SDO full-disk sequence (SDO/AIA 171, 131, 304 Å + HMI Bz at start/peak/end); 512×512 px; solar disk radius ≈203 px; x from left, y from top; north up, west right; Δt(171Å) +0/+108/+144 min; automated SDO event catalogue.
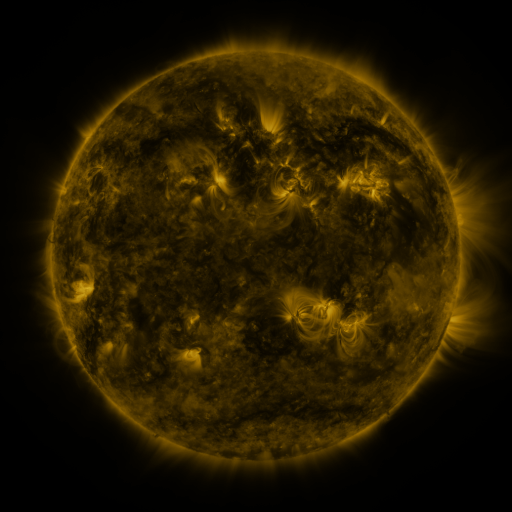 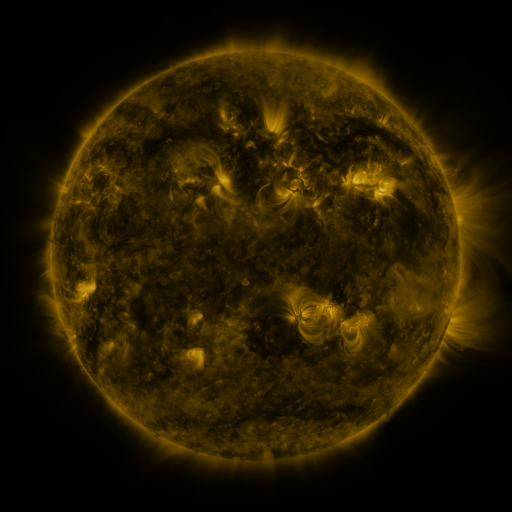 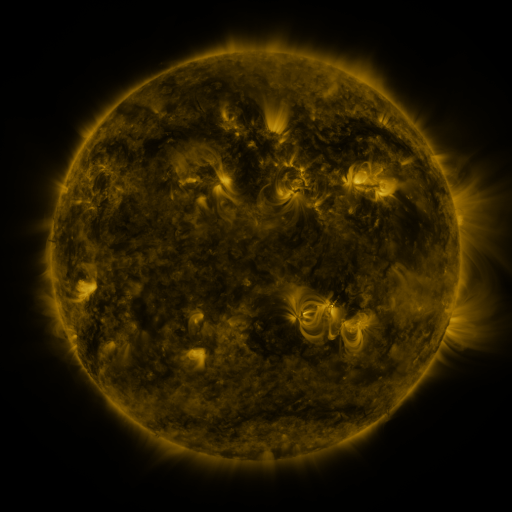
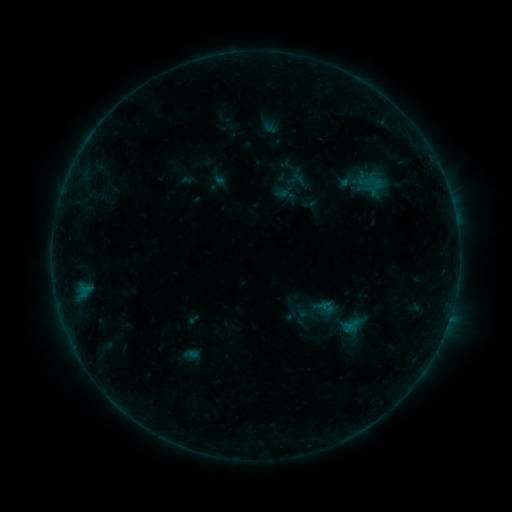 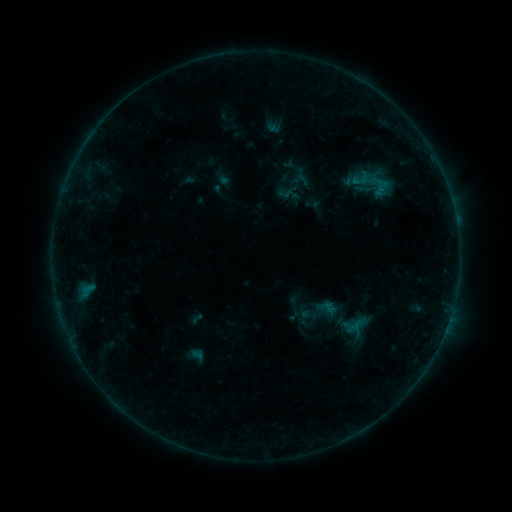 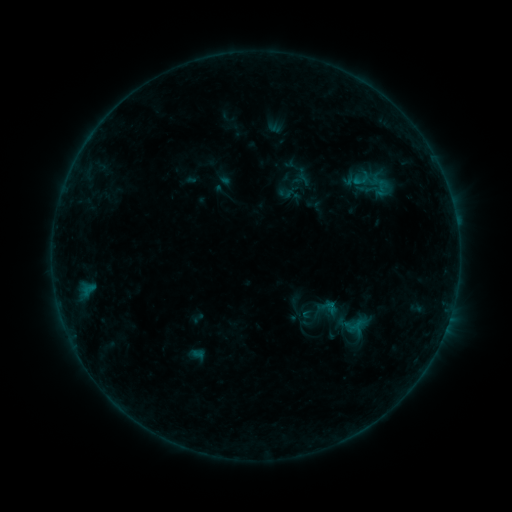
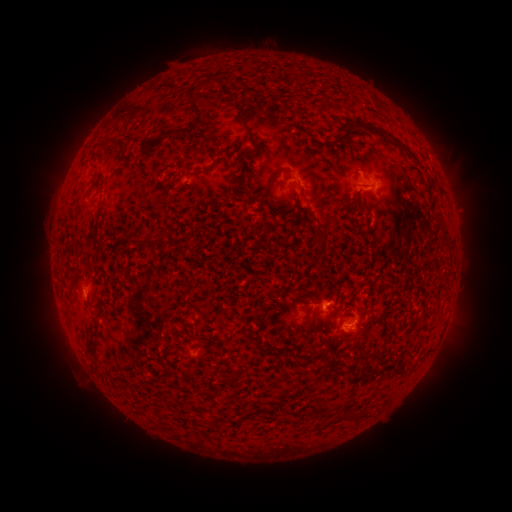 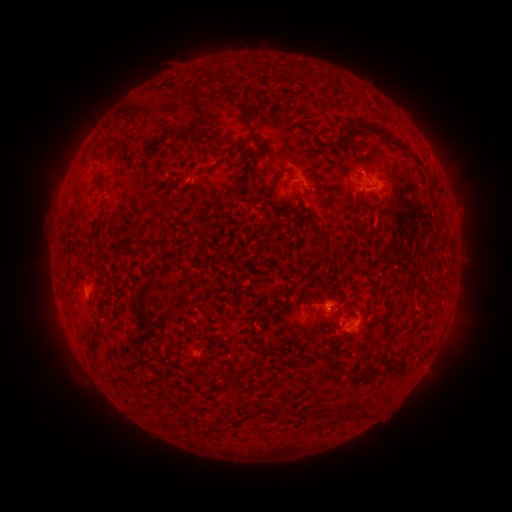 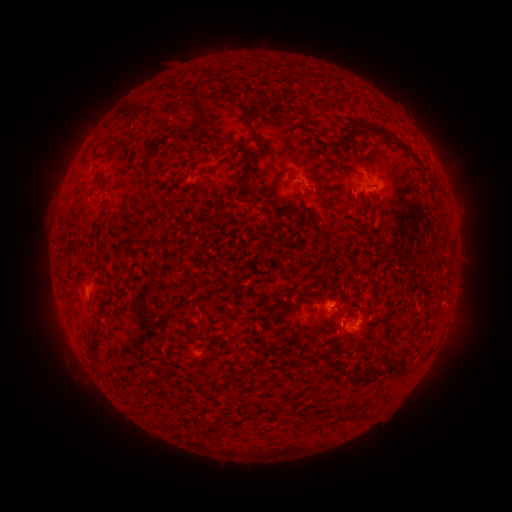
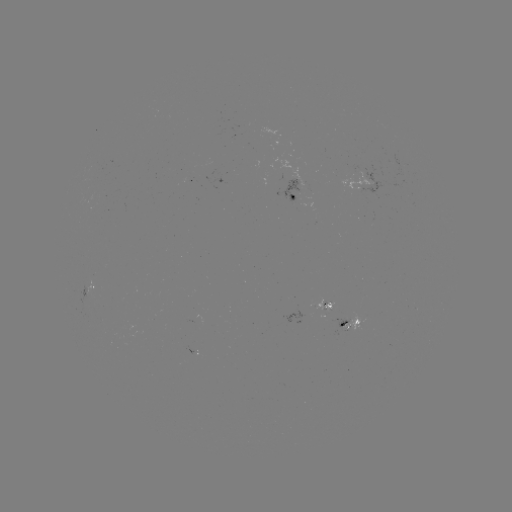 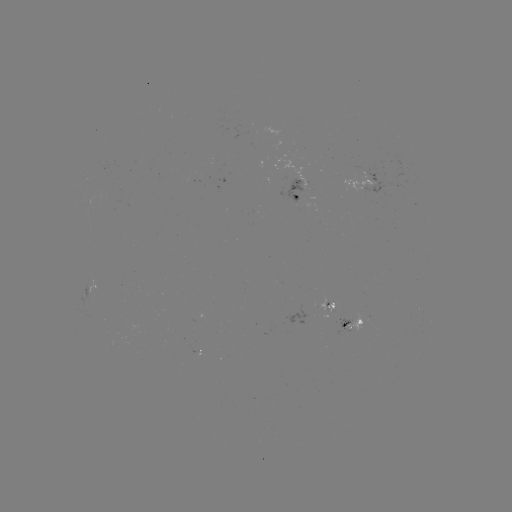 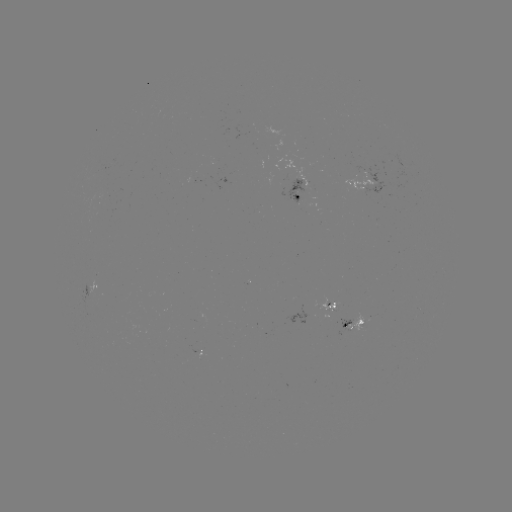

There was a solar emerging-flux region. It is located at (328, 307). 